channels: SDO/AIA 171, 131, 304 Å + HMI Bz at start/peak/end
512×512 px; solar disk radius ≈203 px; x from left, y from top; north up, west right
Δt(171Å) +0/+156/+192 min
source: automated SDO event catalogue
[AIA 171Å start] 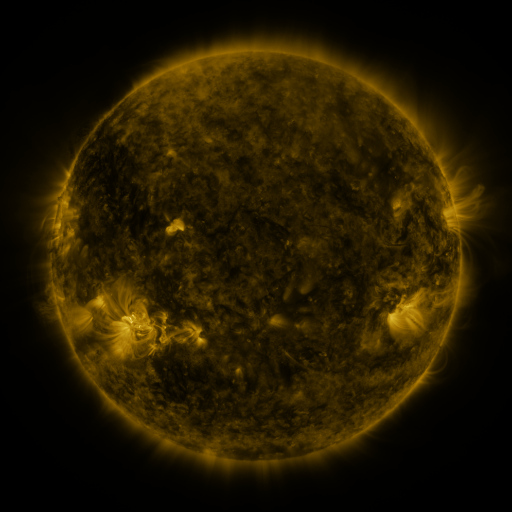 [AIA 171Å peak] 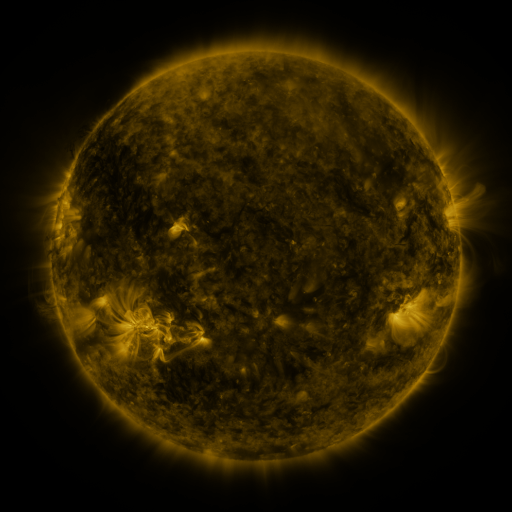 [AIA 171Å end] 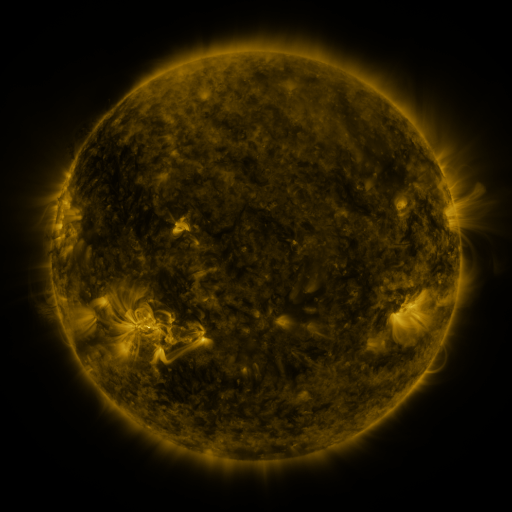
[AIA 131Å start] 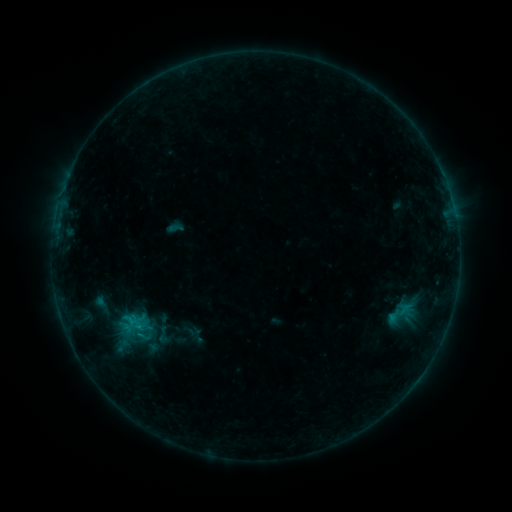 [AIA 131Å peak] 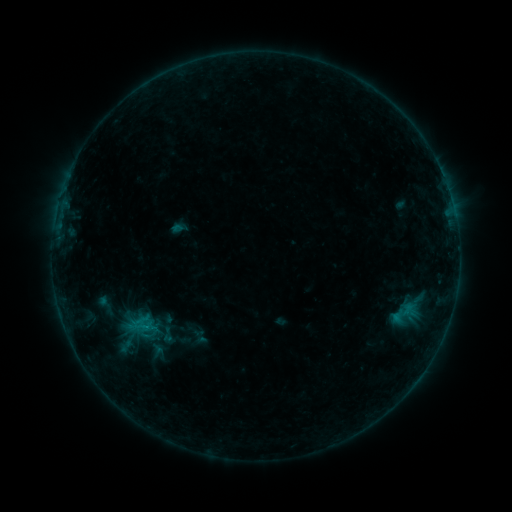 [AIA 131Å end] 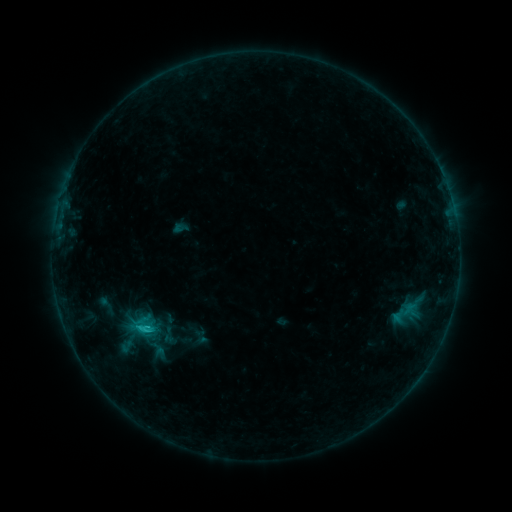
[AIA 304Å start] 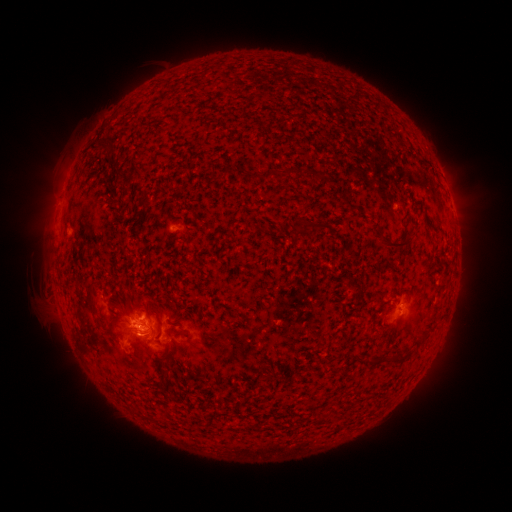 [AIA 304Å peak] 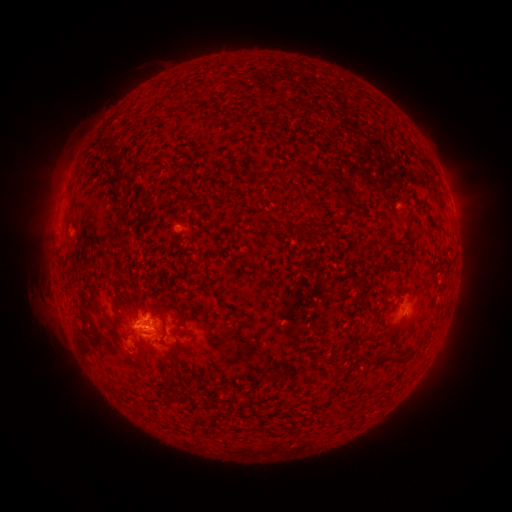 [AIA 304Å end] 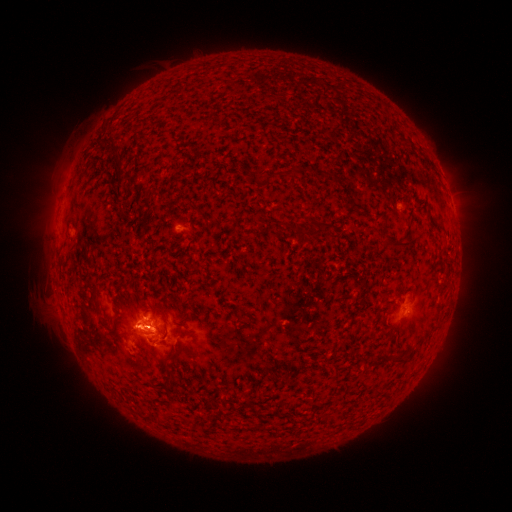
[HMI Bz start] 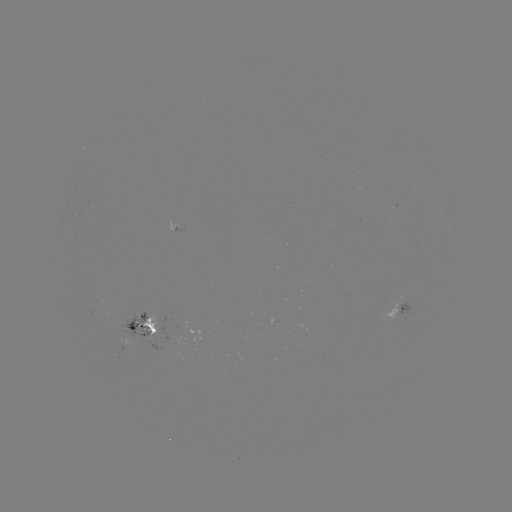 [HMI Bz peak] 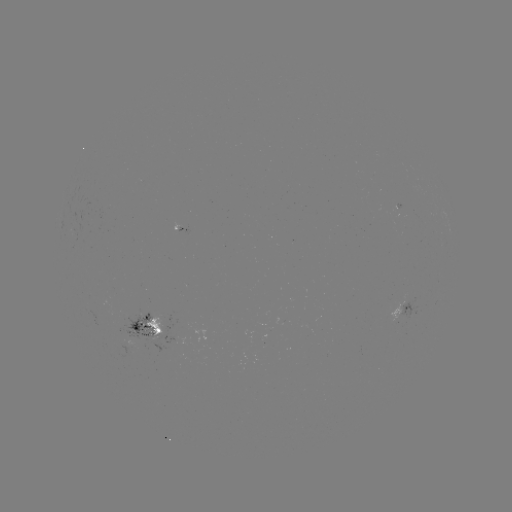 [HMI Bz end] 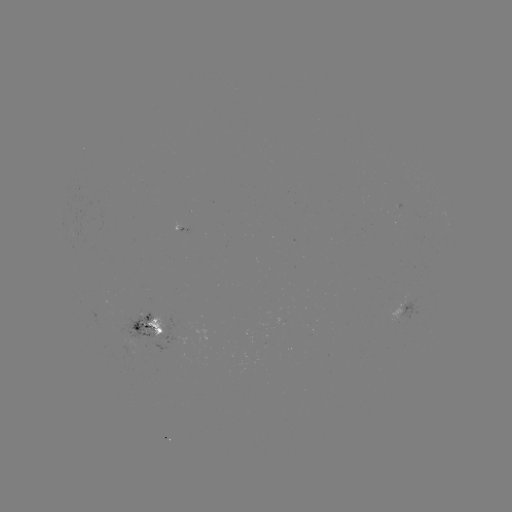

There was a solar emerging-flux region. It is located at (146, 332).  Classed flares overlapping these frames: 2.